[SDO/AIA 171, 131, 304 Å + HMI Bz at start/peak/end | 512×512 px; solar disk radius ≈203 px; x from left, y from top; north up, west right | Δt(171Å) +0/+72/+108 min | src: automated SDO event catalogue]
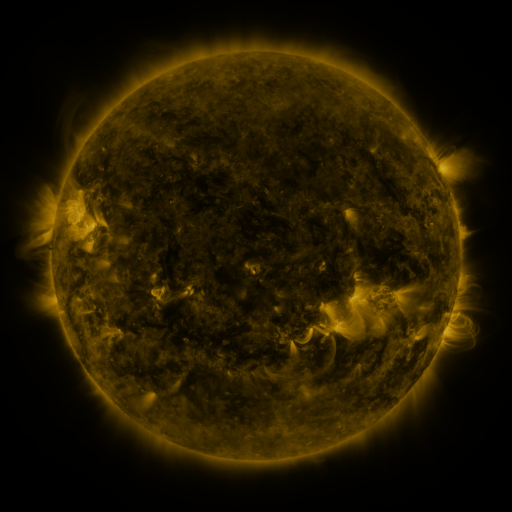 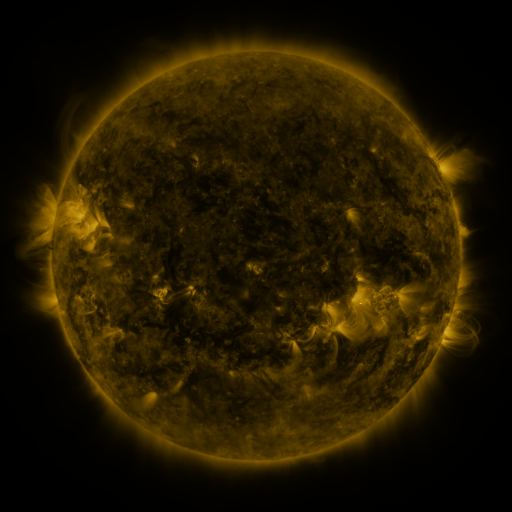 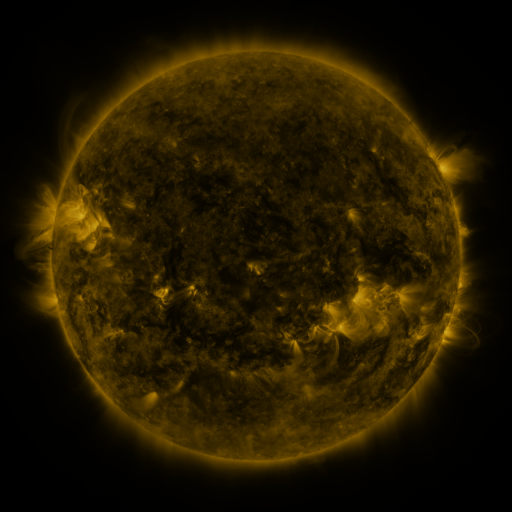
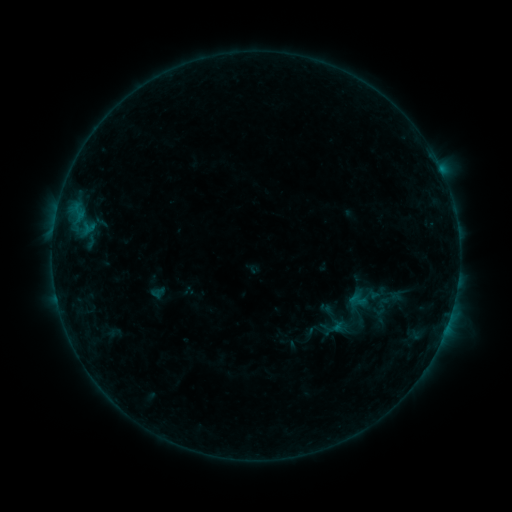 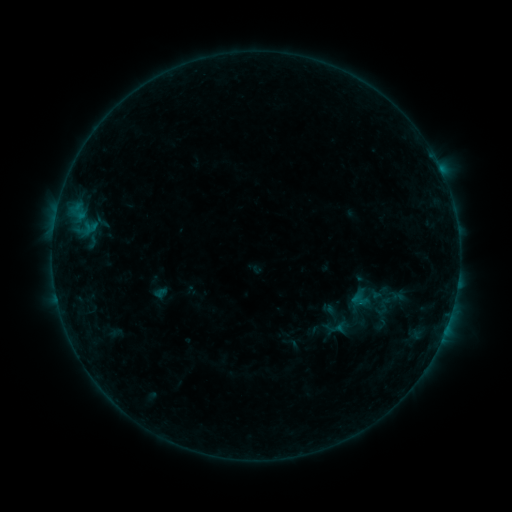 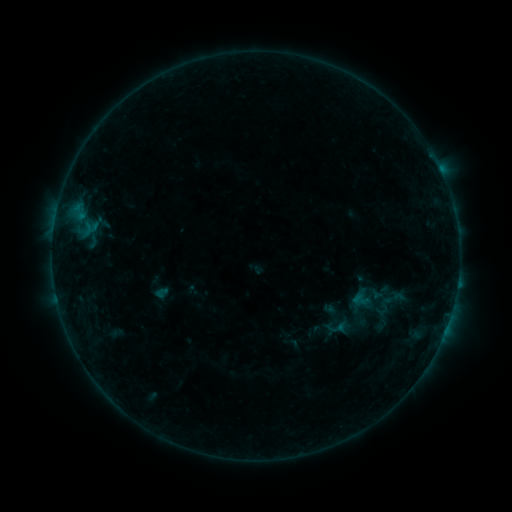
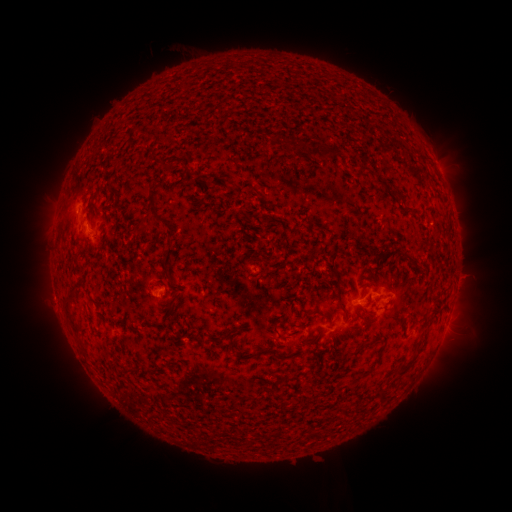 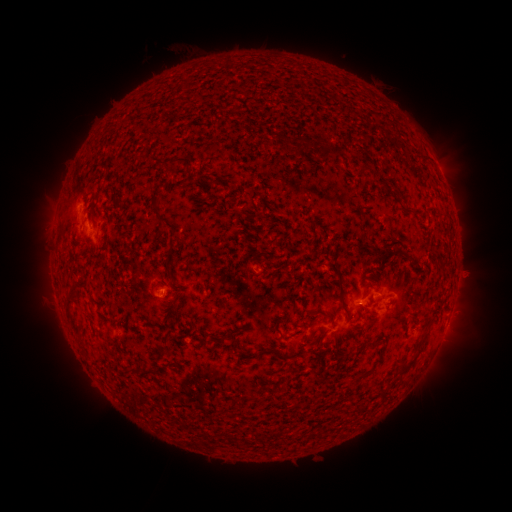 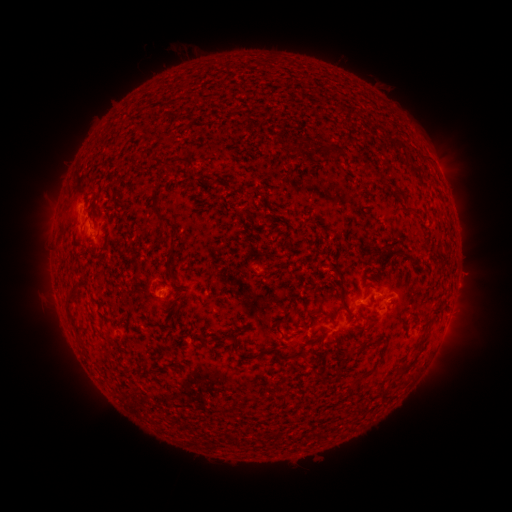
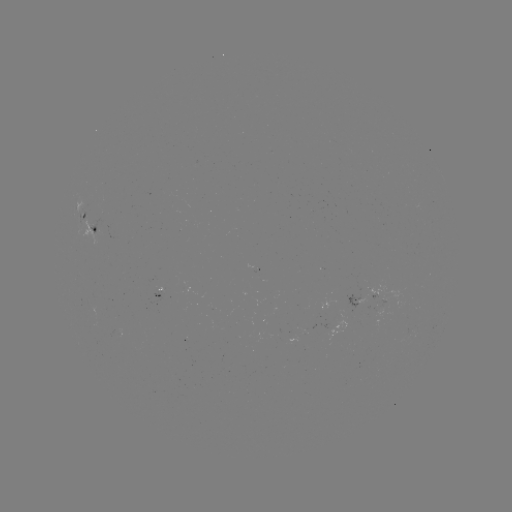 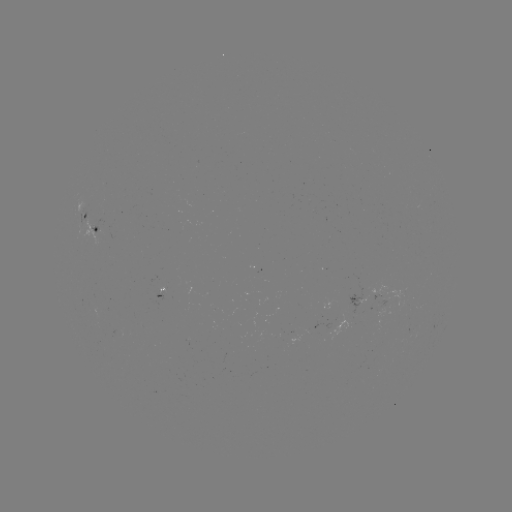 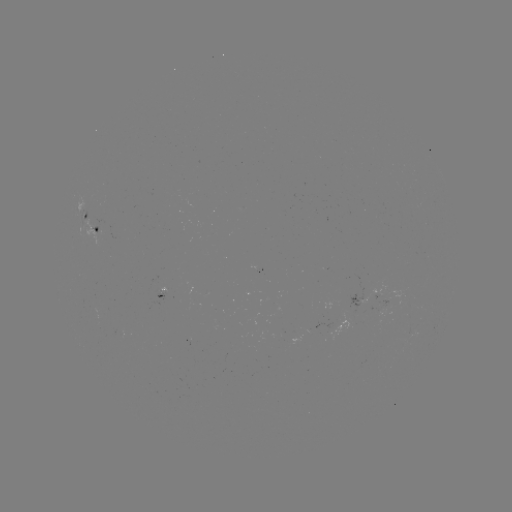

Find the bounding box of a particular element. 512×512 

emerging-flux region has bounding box [377, 301, 388, 322].